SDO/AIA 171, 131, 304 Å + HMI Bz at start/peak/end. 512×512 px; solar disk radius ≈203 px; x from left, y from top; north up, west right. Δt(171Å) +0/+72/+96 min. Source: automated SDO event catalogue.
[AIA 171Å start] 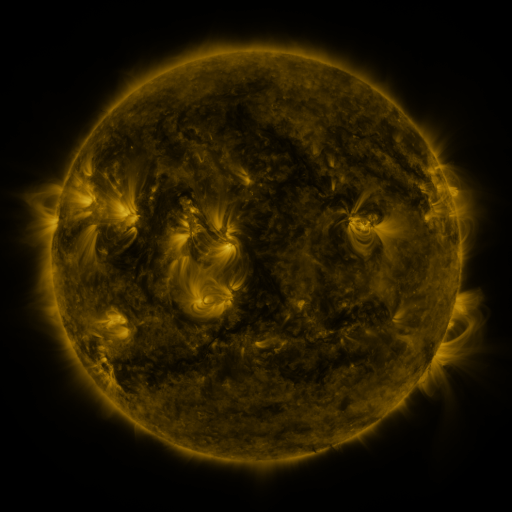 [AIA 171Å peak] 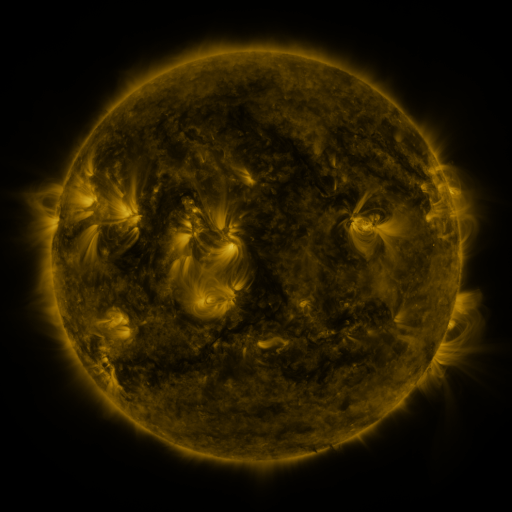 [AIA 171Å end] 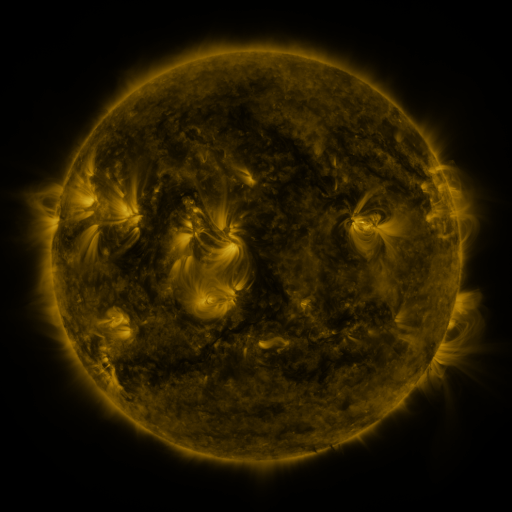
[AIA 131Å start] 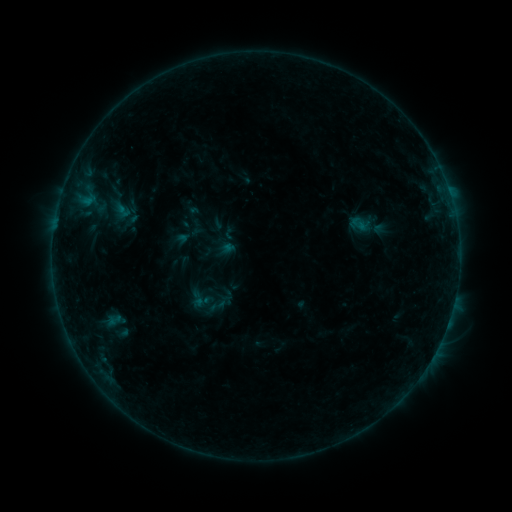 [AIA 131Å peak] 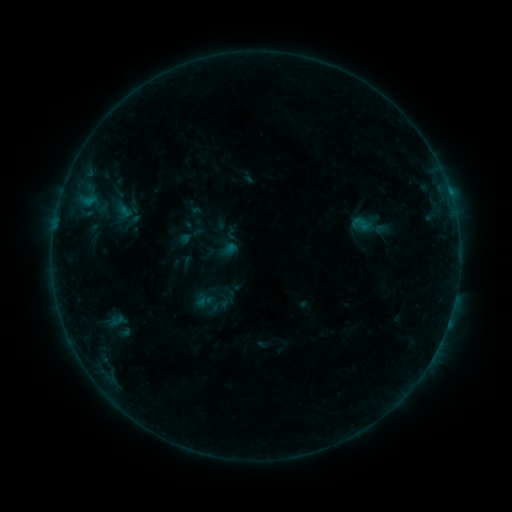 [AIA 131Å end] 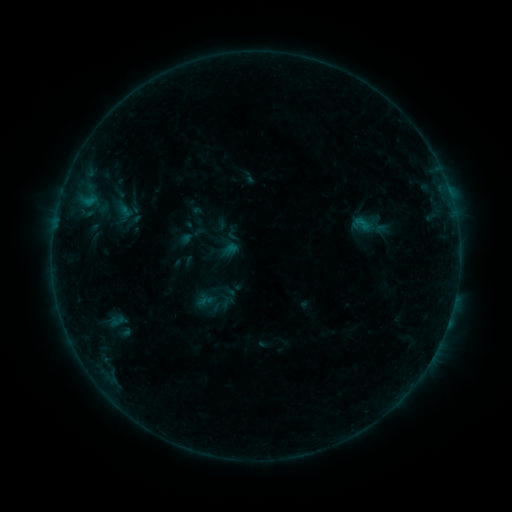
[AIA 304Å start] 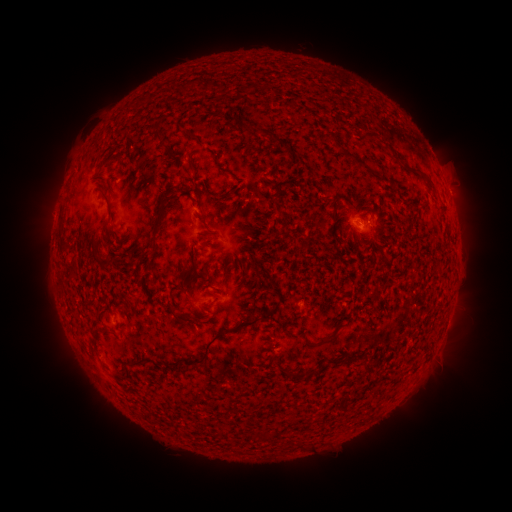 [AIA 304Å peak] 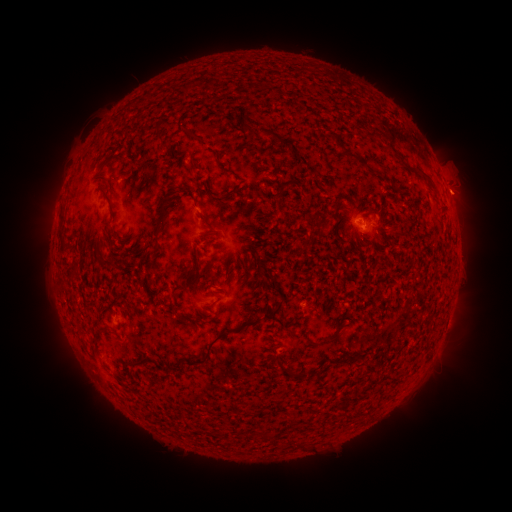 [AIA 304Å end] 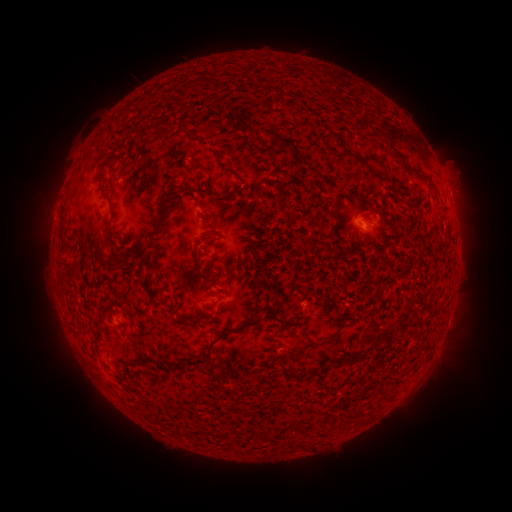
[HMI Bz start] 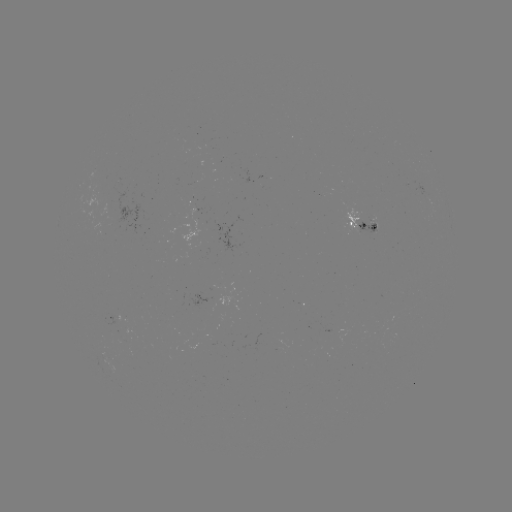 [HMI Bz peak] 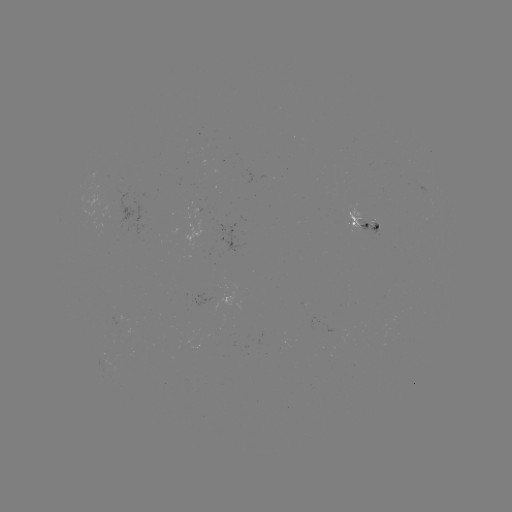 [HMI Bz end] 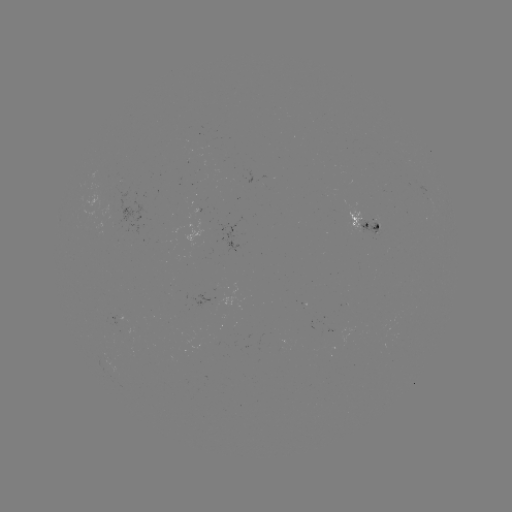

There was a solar emerging-flux region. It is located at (209, 302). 